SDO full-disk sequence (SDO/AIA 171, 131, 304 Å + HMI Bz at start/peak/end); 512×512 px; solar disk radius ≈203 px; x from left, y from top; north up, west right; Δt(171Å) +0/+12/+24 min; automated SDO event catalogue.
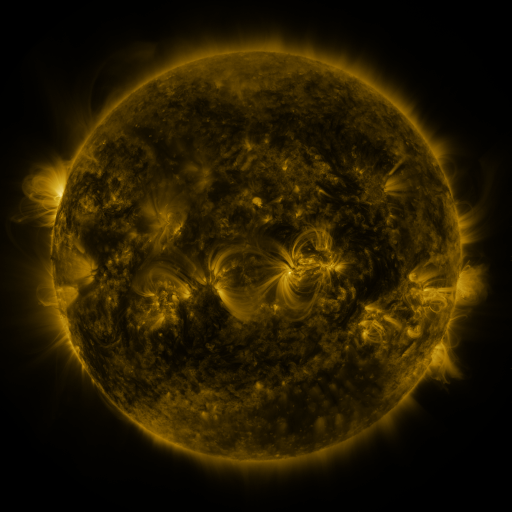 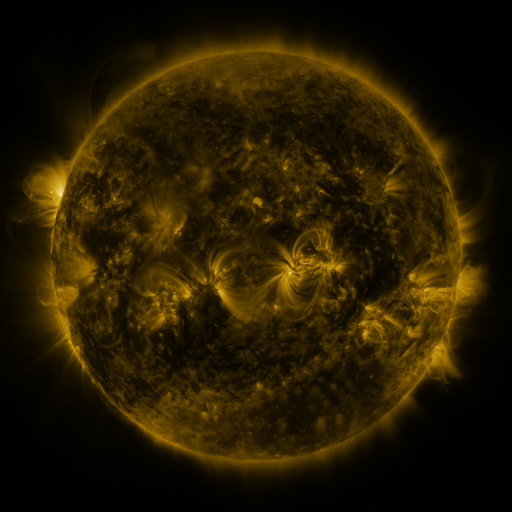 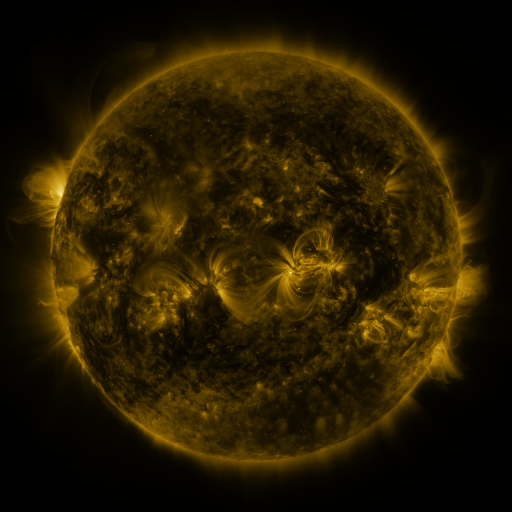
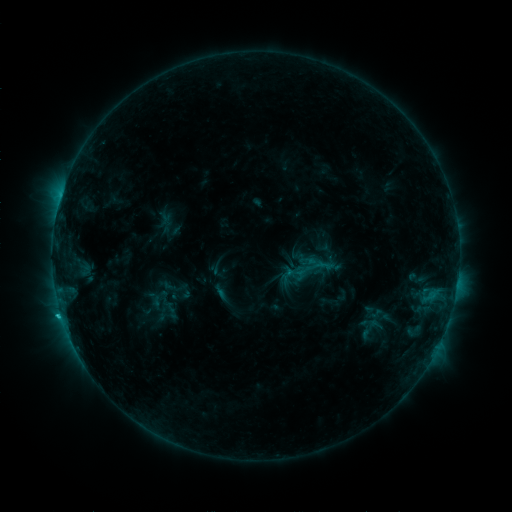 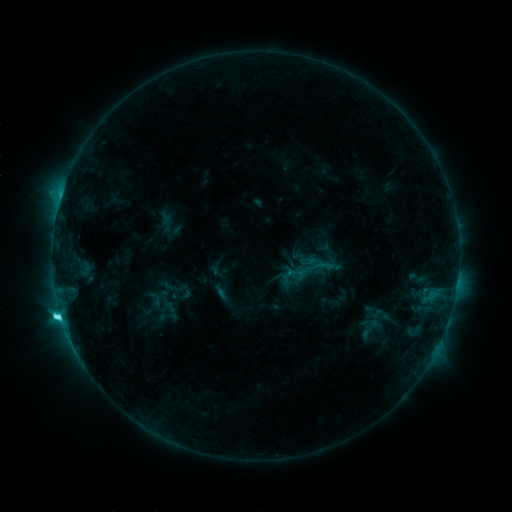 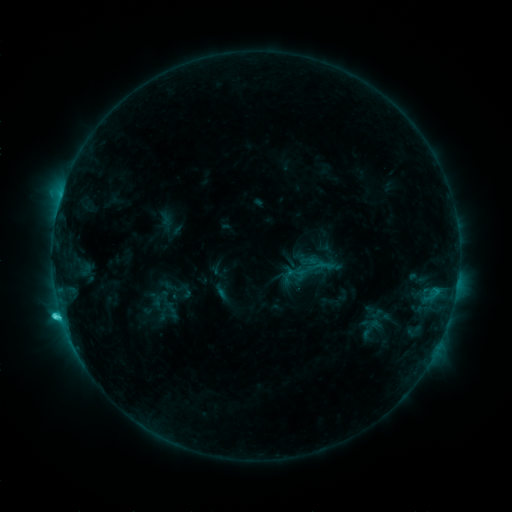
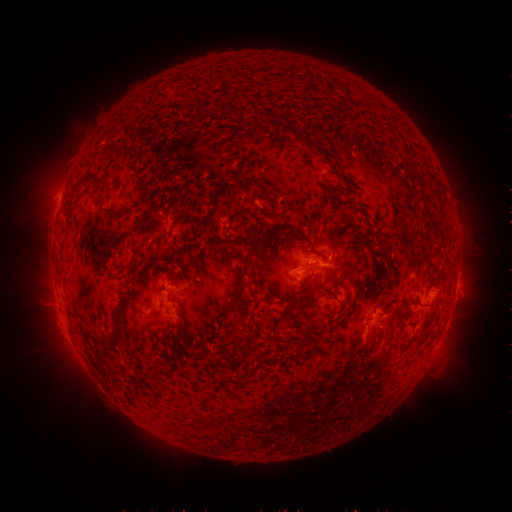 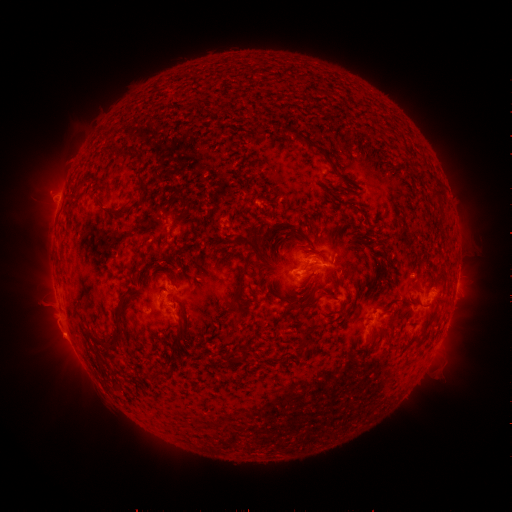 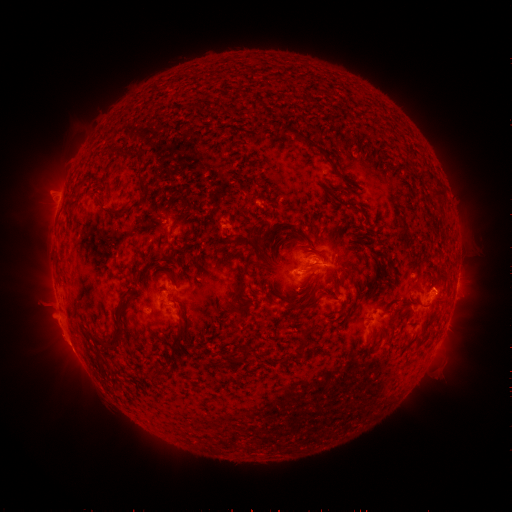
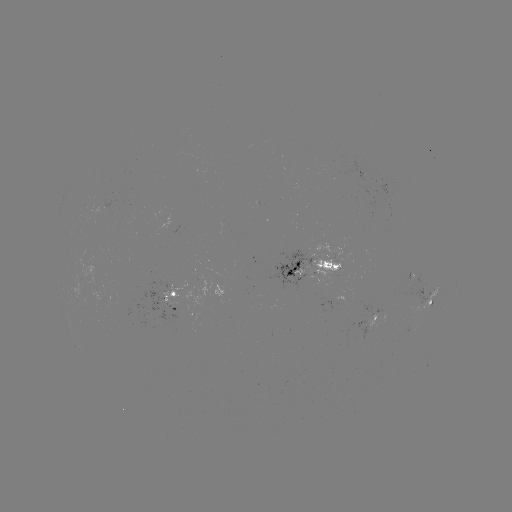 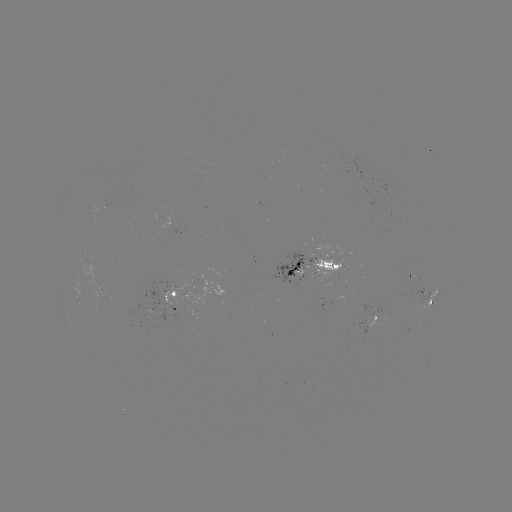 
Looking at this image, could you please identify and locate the eruption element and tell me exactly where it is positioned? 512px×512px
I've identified eruption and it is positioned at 66,338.